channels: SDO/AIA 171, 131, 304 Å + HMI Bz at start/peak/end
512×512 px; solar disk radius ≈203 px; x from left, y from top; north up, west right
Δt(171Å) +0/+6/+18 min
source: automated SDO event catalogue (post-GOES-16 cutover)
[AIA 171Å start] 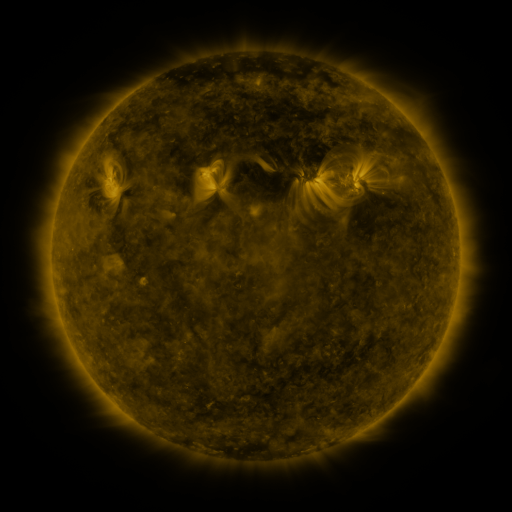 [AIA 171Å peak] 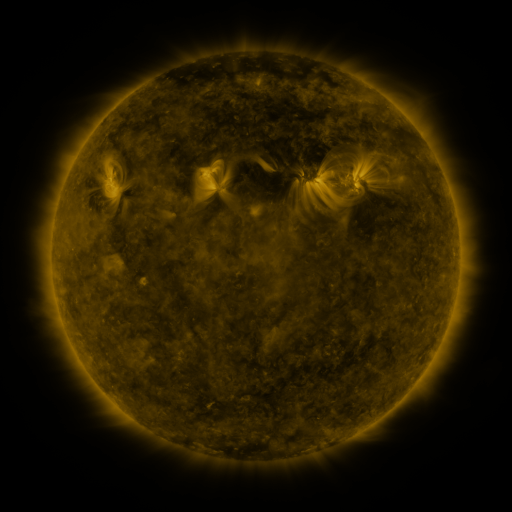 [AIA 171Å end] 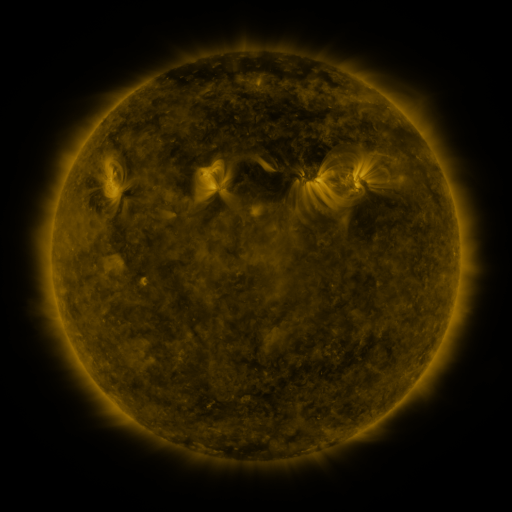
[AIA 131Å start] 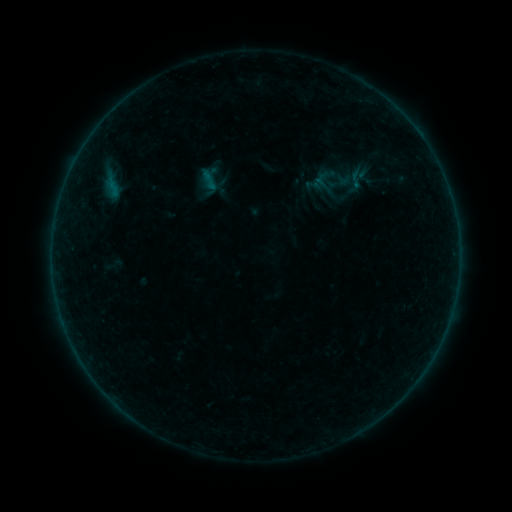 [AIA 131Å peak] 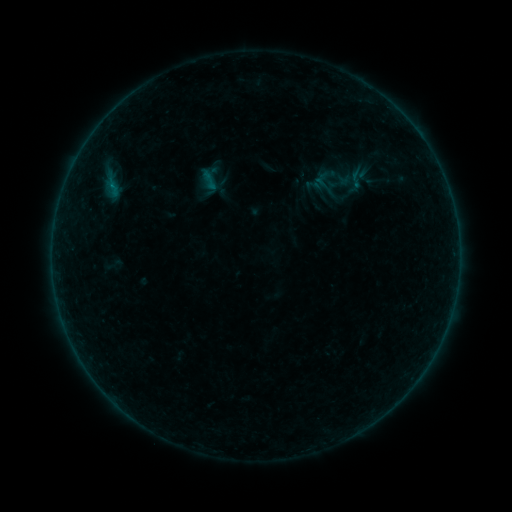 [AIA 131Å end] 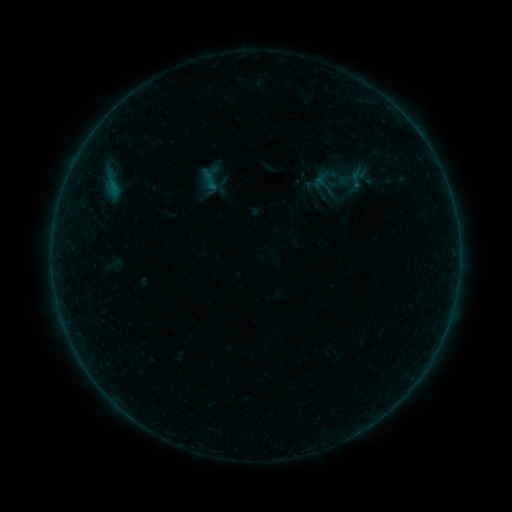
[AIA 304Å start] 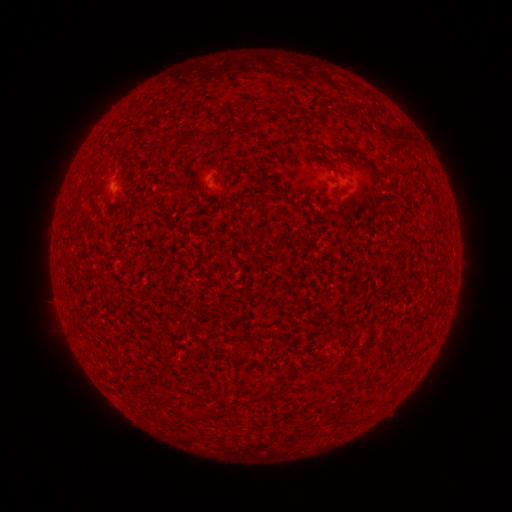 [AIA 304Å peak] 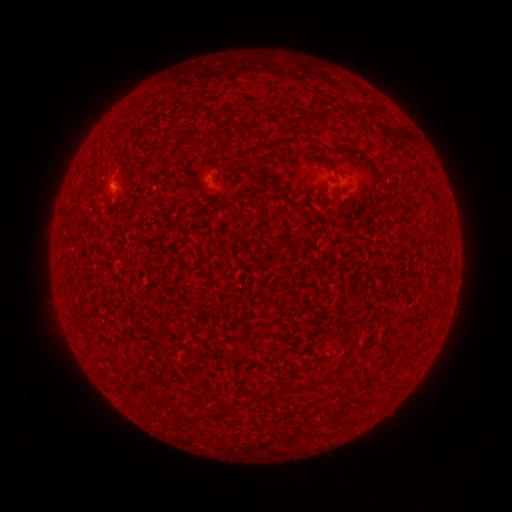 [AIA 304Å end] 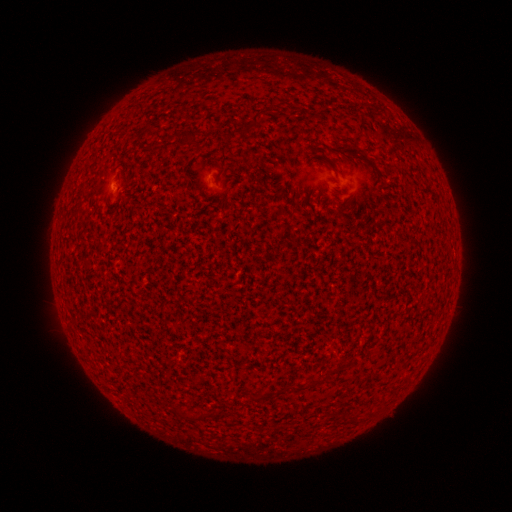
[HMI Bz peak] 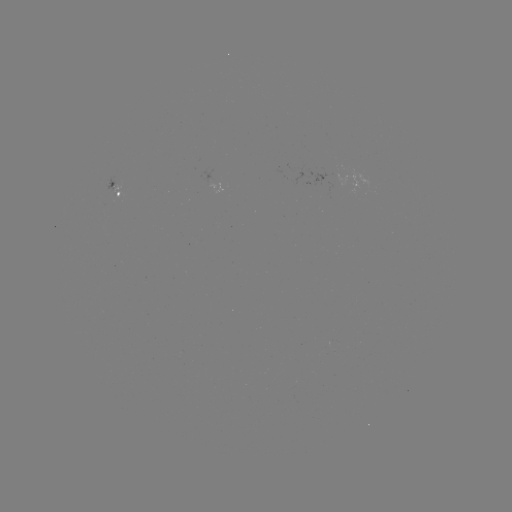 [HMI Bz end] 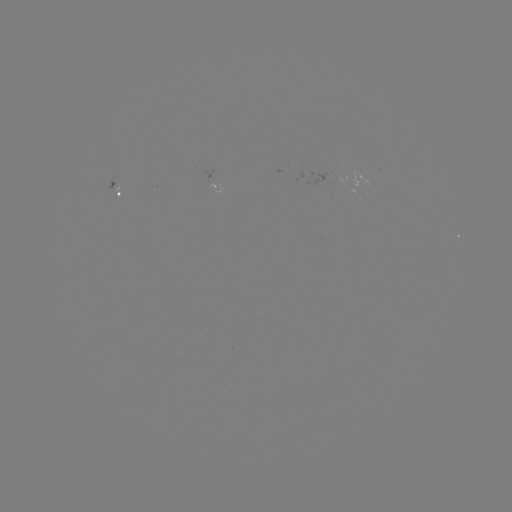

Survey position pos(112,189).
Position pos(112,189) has A7.6 flare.